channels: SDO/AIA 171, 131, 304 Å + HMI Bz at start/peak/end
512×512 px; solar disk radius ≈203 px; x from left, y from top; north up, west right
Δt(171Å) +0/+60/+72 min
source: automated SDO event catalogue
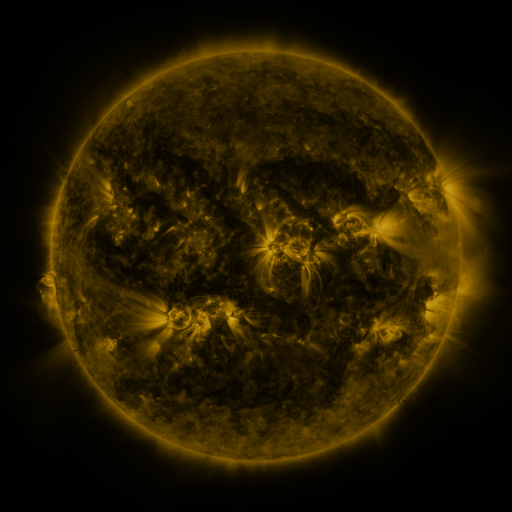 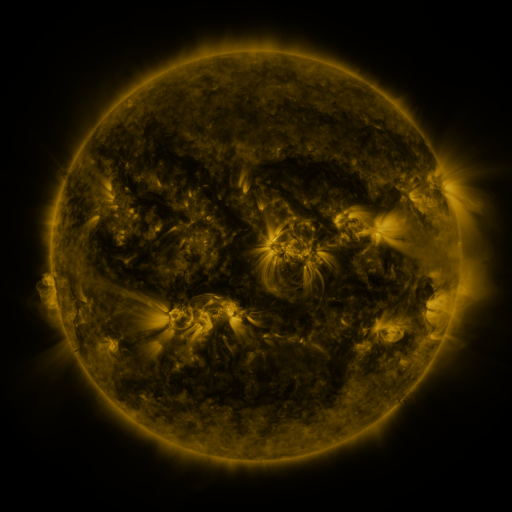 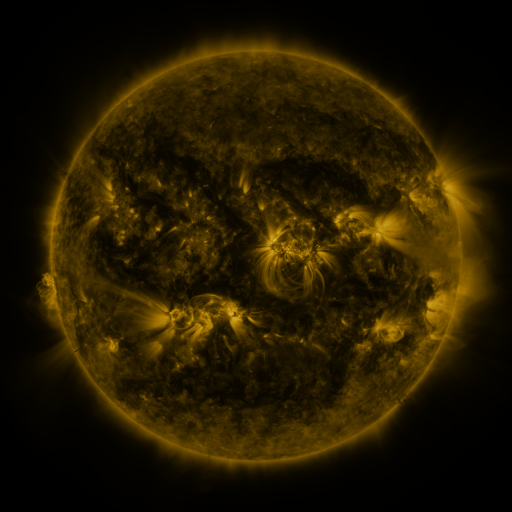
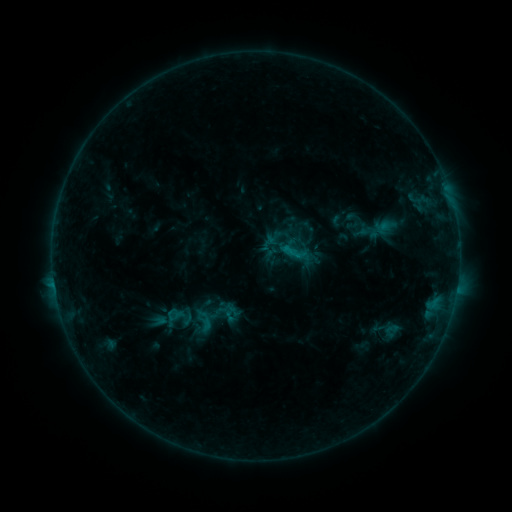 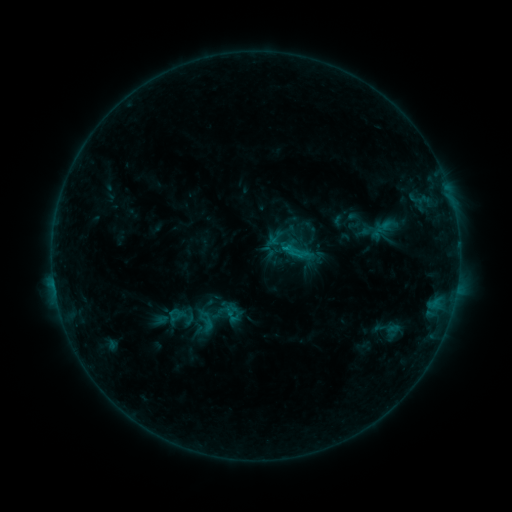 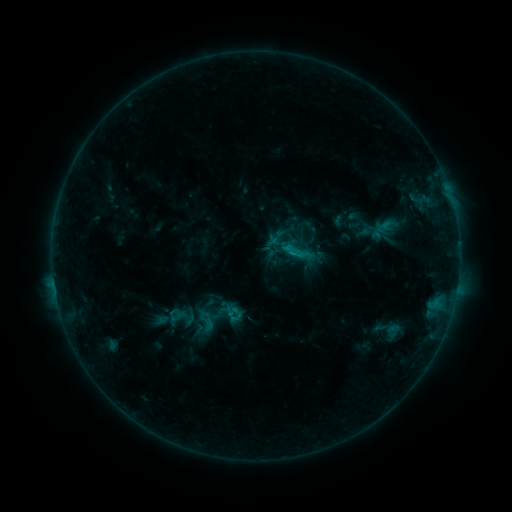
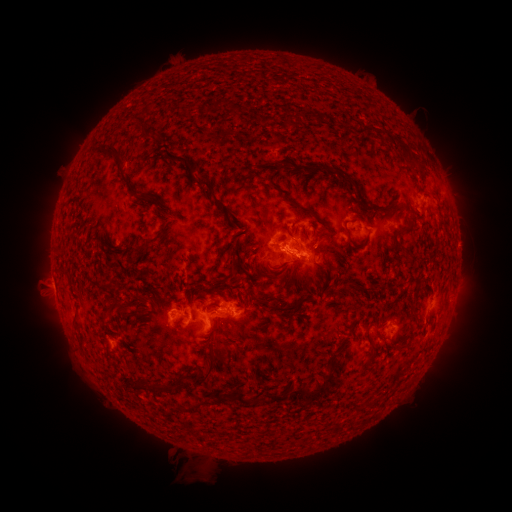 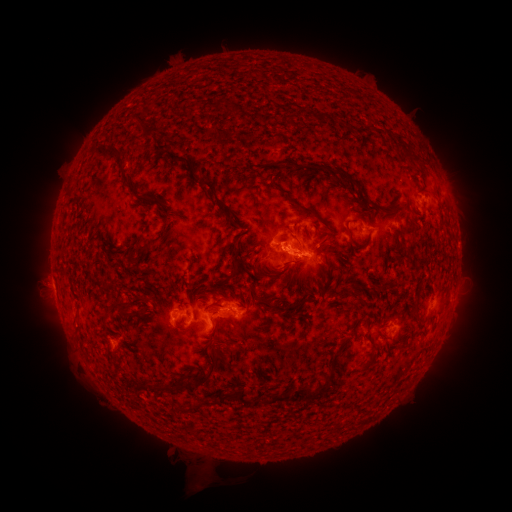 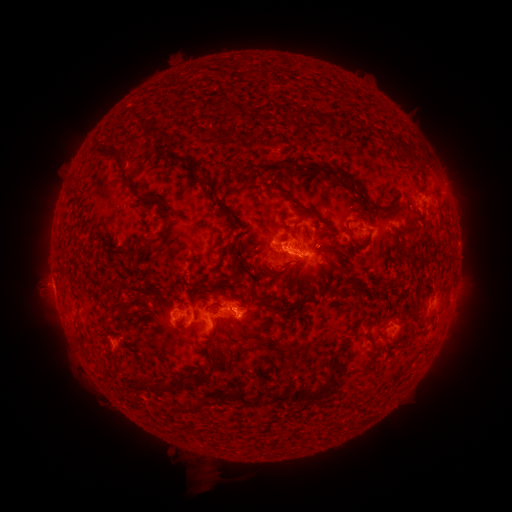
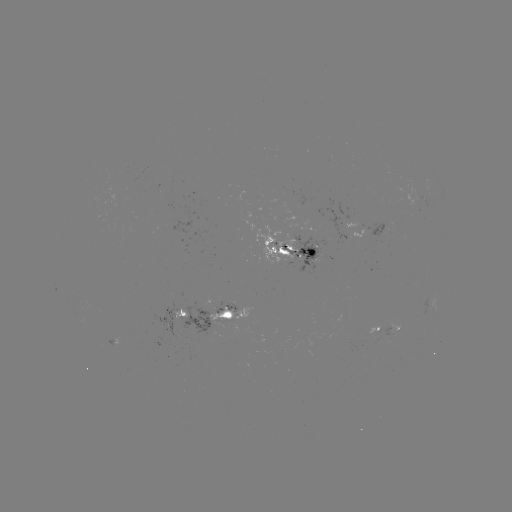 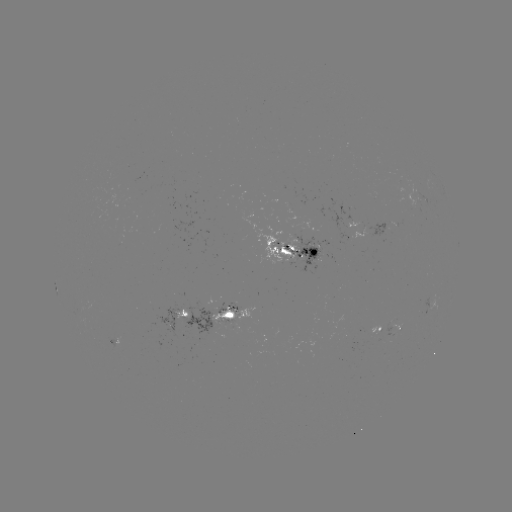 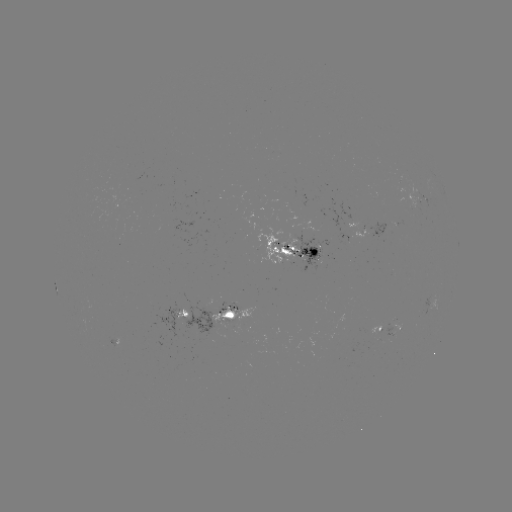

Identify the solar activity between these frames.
emerging-flux region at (370, 330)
